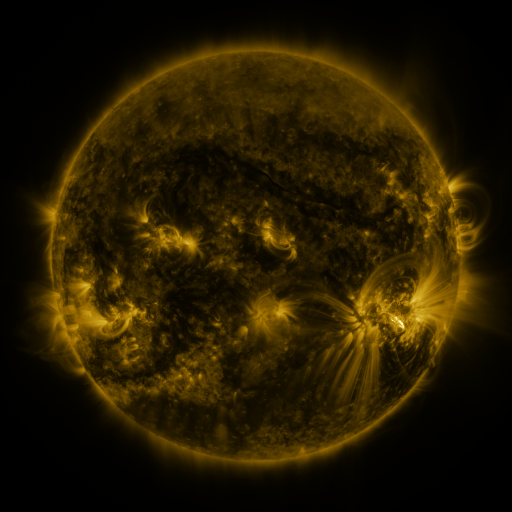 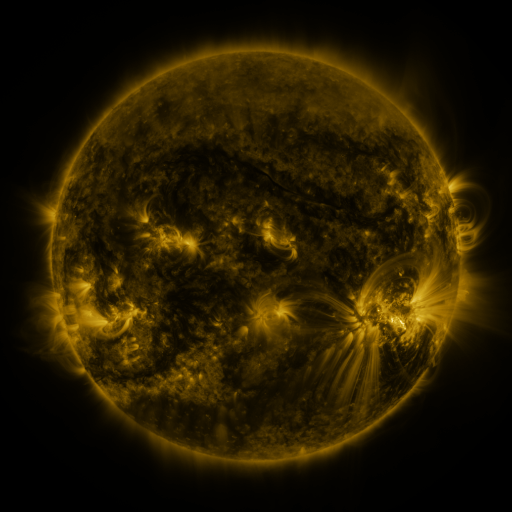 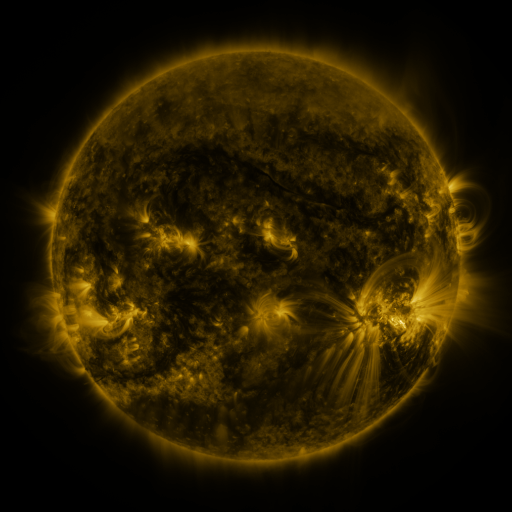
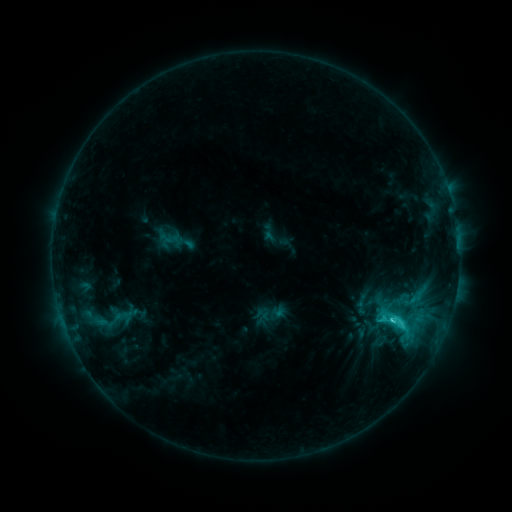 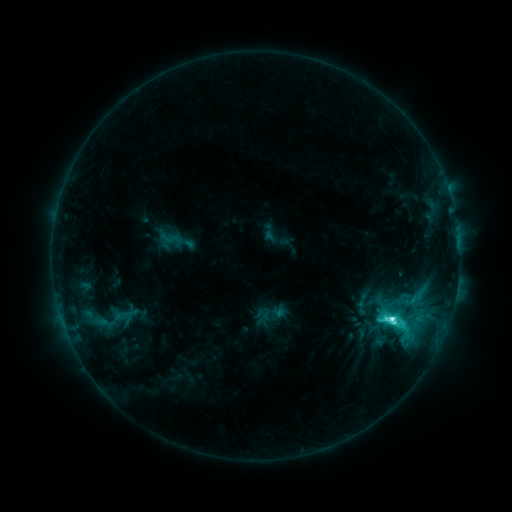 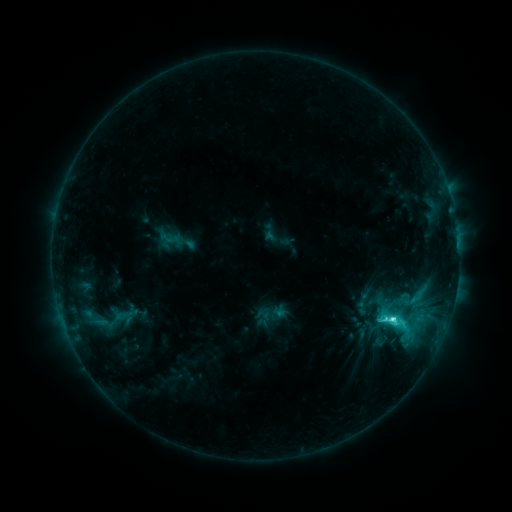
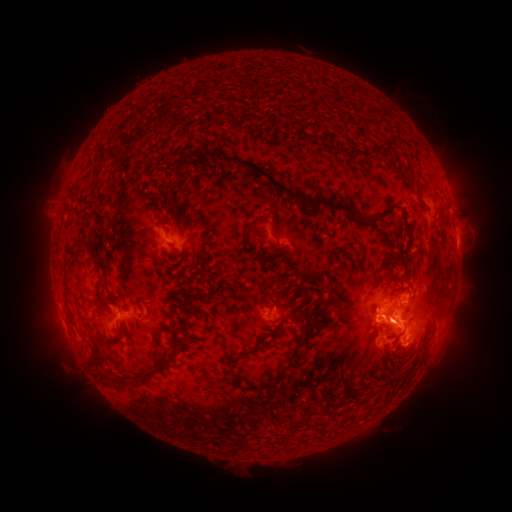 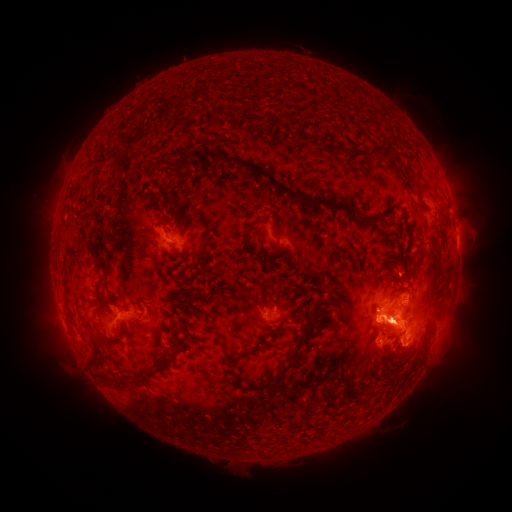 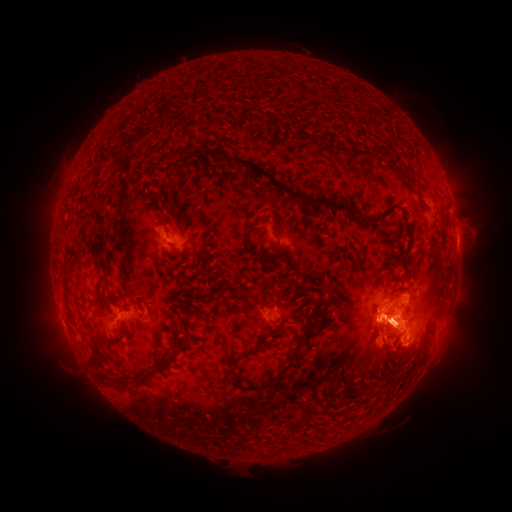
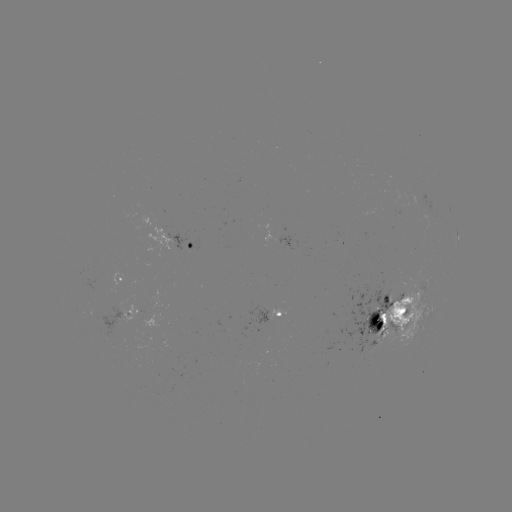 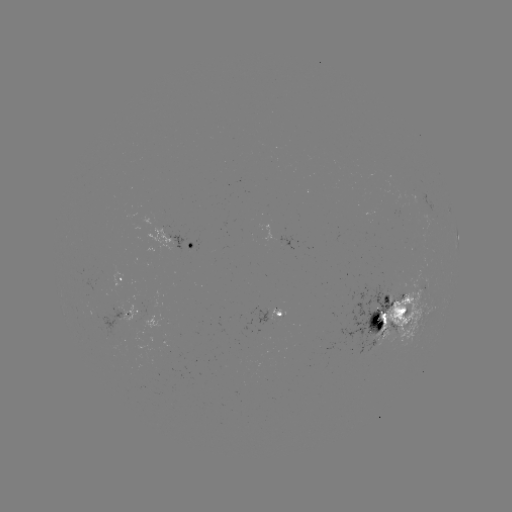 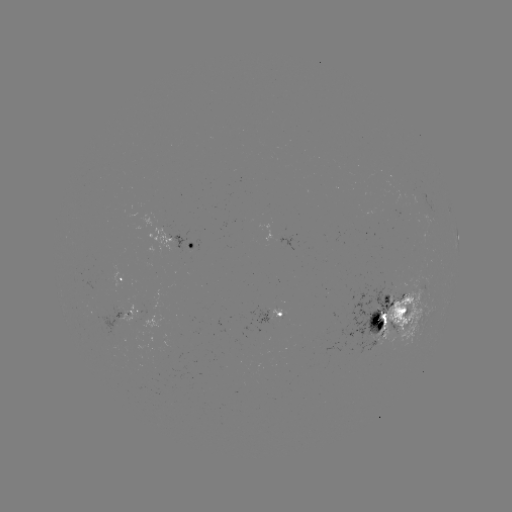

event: flare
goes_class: C8.3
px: (390, 317)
